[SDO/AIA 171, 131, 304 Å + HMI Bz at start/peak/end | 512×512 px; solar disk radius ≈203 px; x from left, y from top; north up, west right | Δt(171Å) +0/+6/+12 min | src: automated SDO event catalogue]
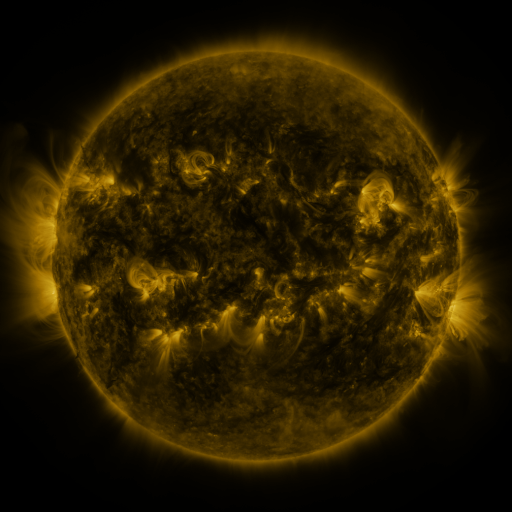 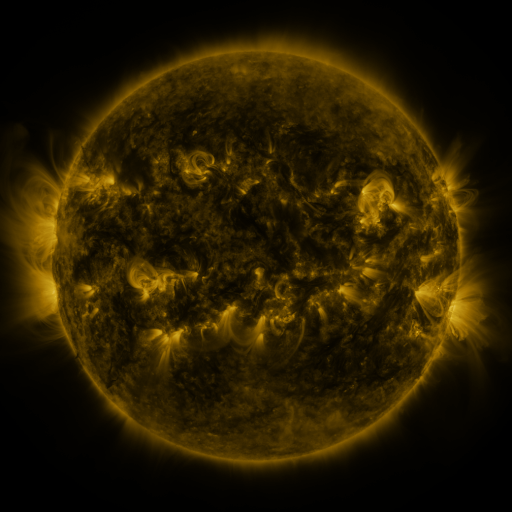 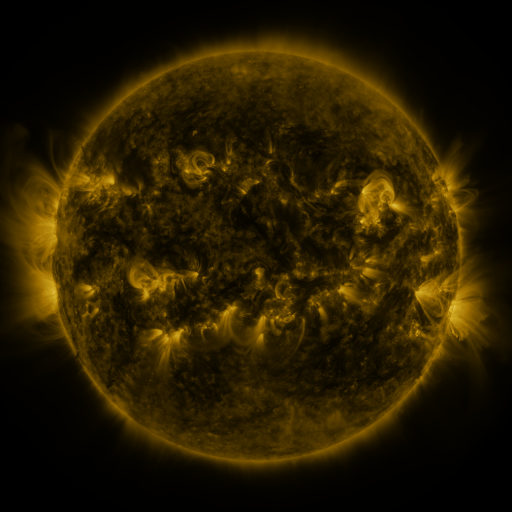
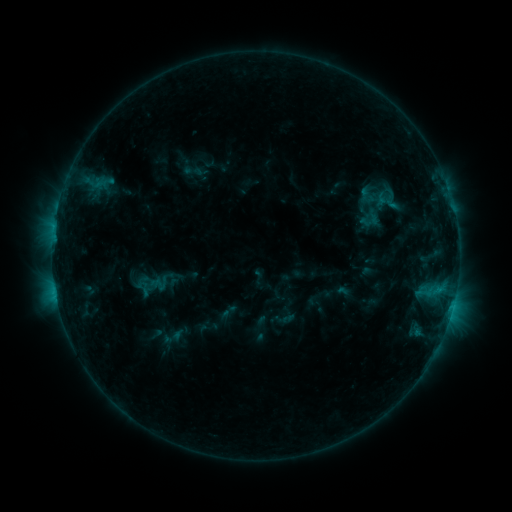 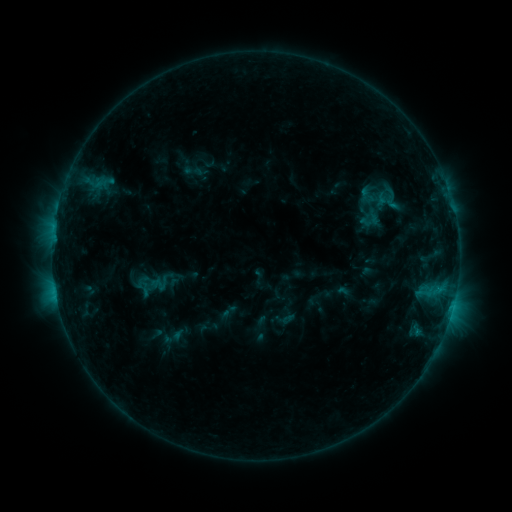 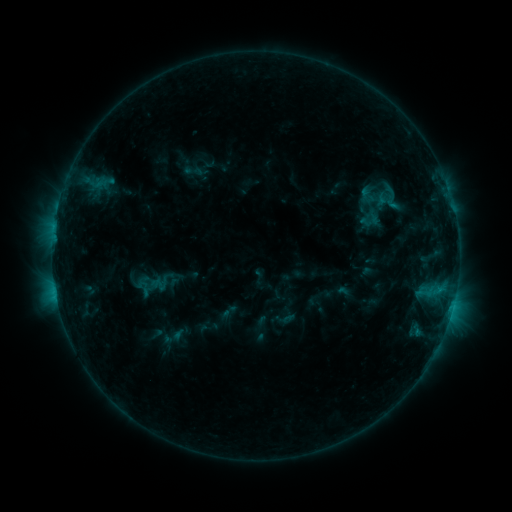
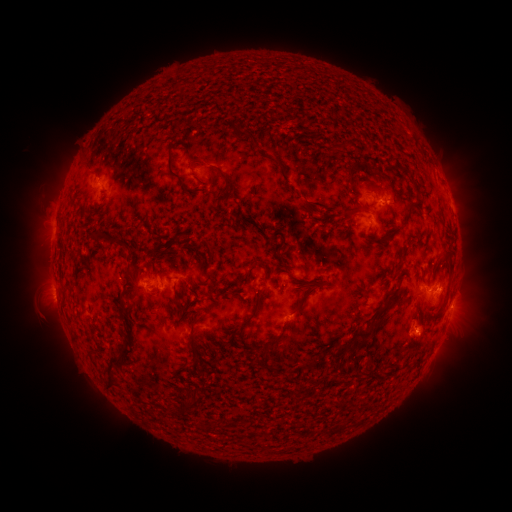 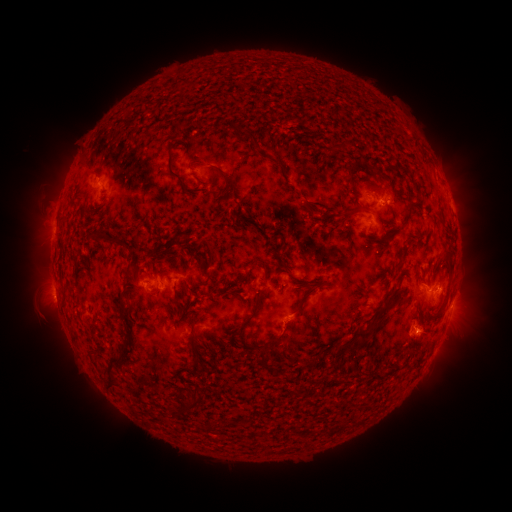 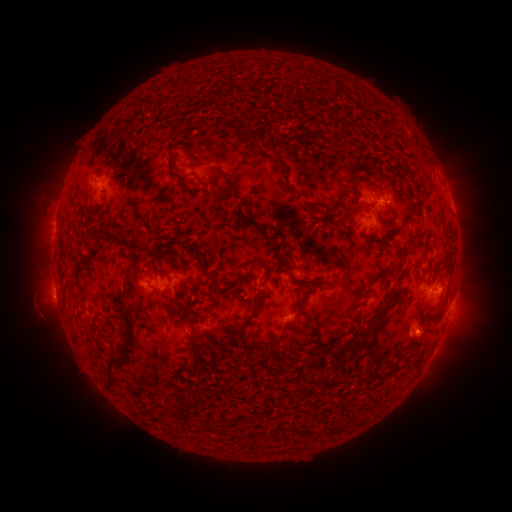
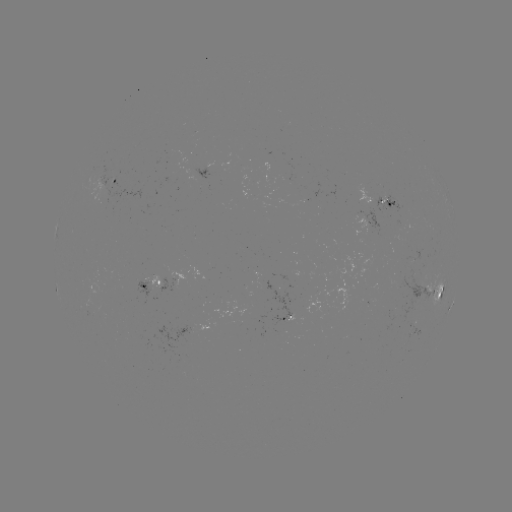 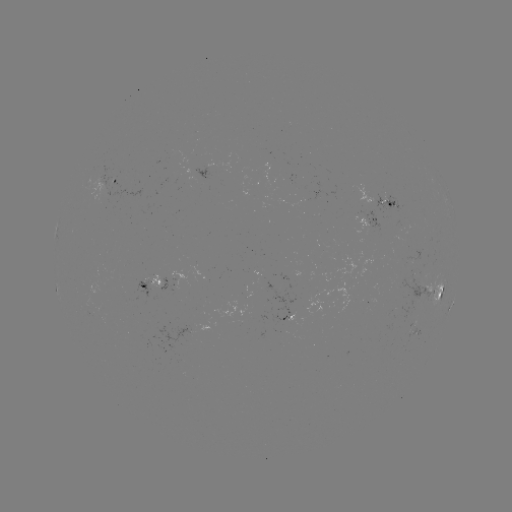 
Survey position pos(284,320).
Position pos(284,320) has C1.0 flare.